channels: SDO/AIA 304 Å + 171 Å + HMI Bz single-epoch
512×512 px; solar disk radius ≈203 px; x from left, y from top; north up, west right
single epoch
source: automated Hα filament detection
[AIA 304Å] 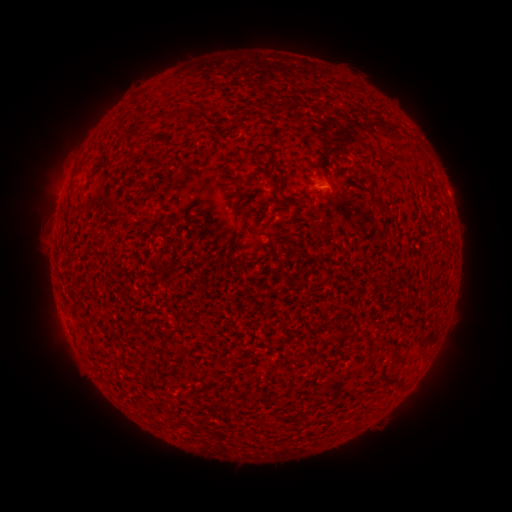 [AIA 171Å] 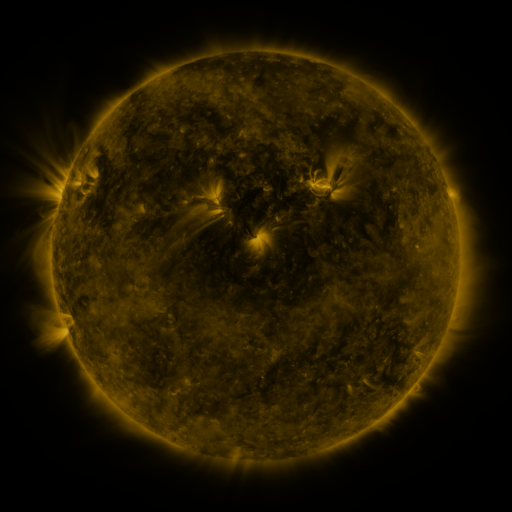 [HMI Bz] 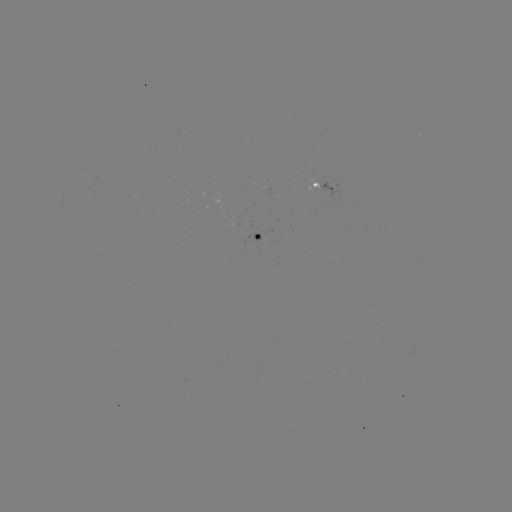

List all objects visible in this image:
filament: (142, 110)
filament: (174, 117)
filament: (398, 149)
filament: (425, 164)
filament: (256, 179)
filament: (276, 188)
filament: (241, 198)
filament: (109, 199)
filament: (296, 203)
filament: (97, 233)
filament: (267, 245)
filament: (236, 264)
filament: (173, 331)
filament: (353, 336)
